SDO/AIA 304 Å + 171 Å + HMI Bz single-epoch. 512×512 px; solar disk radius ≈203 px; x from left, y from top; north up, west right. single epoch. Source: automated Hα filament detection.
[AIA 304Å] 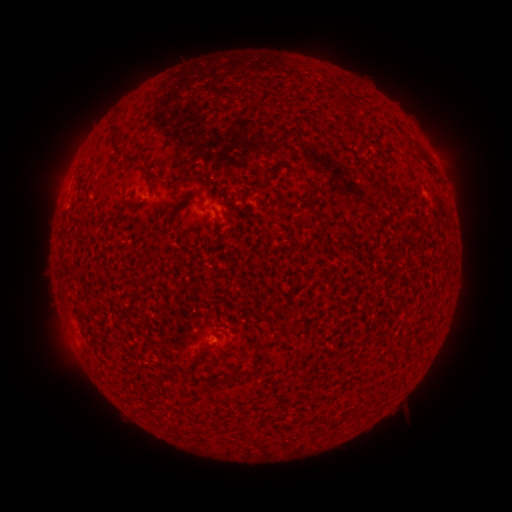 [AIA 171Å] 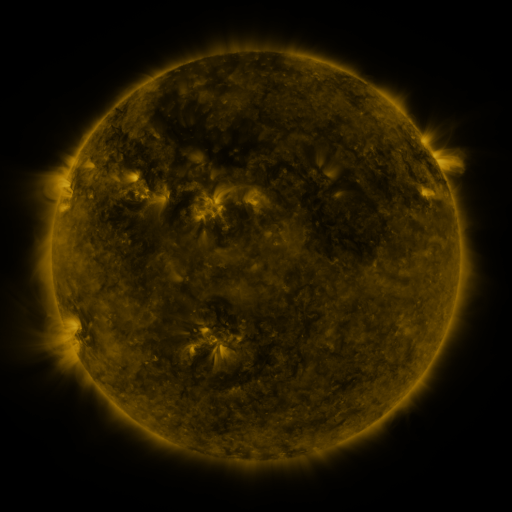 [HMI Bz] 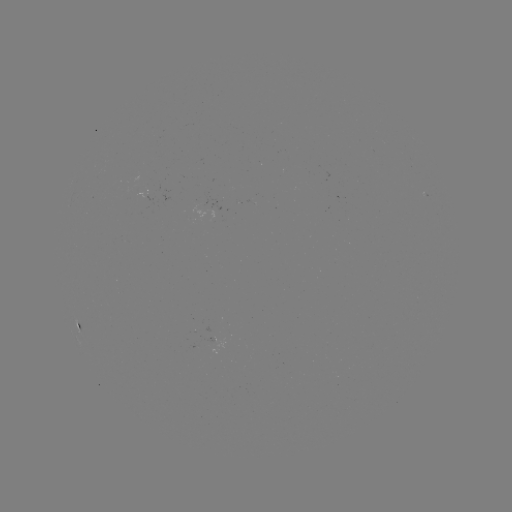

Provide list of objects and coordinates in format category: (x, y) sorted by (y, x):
filament: (118, 139)
filament: (423, 157)
filament: (137, 158)
filament: (308, 180)
filament: (398, 199)
filament: (311, 205)
filament: (206, 207)
filament: (270, 324)
filament: (199, 351)
filament: (254, 366)
filament: (237, 376)
